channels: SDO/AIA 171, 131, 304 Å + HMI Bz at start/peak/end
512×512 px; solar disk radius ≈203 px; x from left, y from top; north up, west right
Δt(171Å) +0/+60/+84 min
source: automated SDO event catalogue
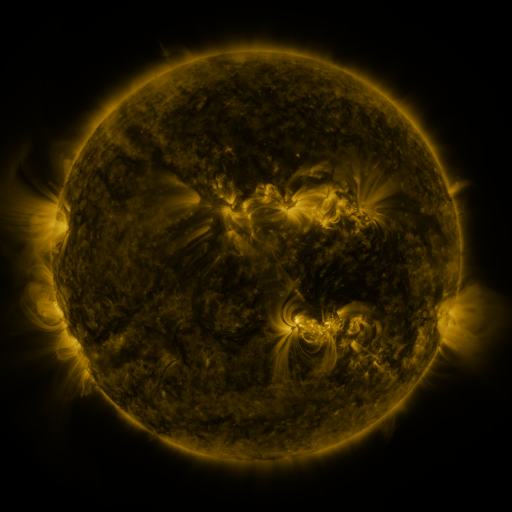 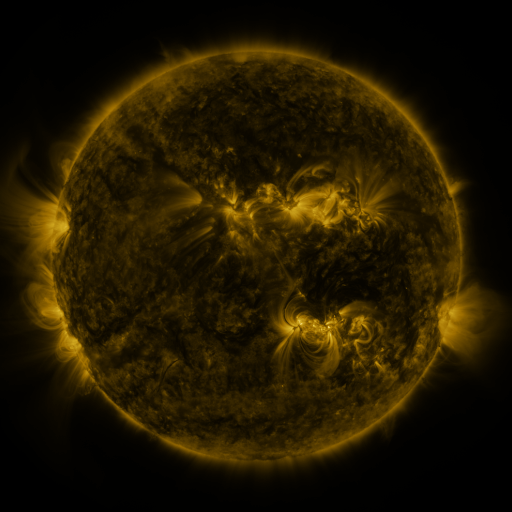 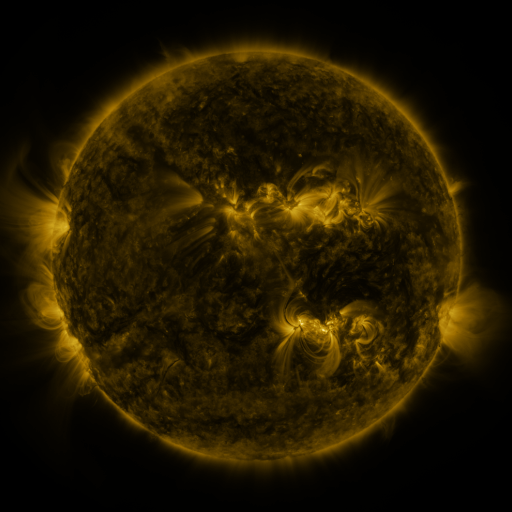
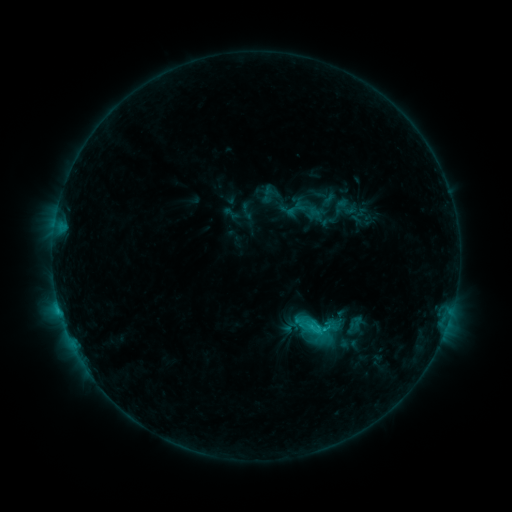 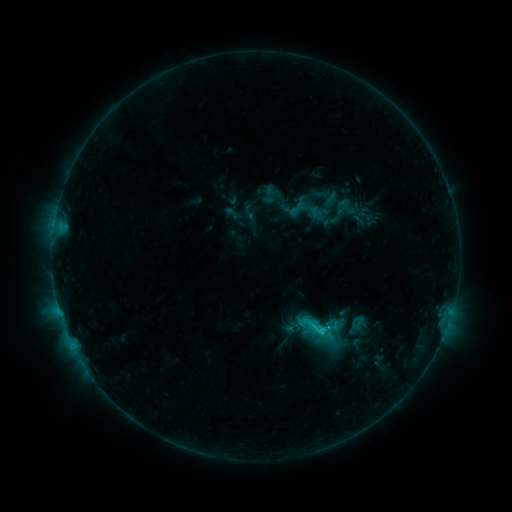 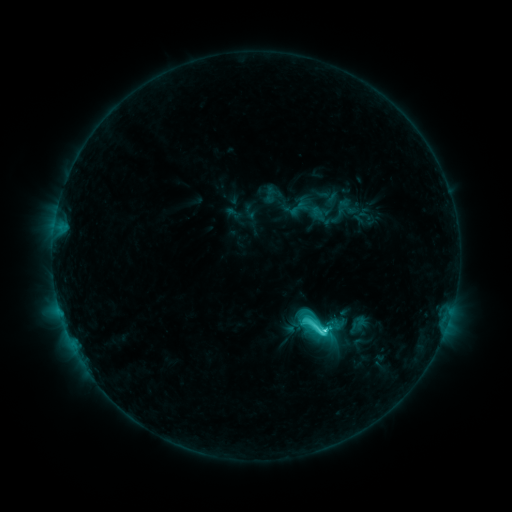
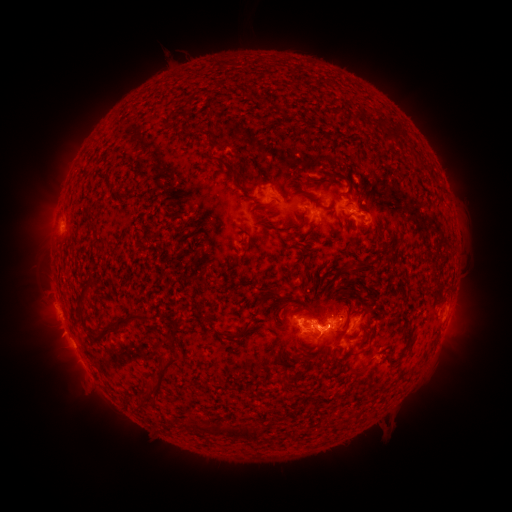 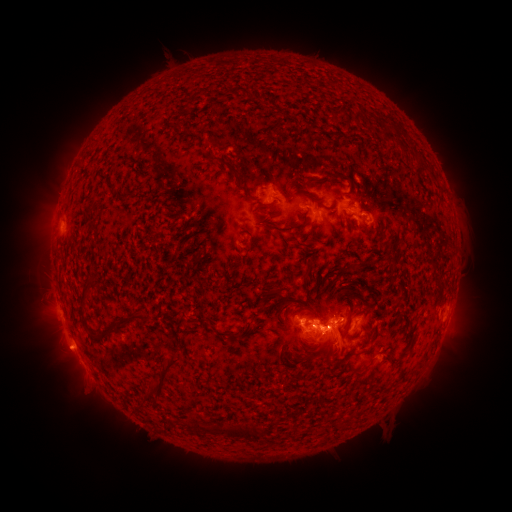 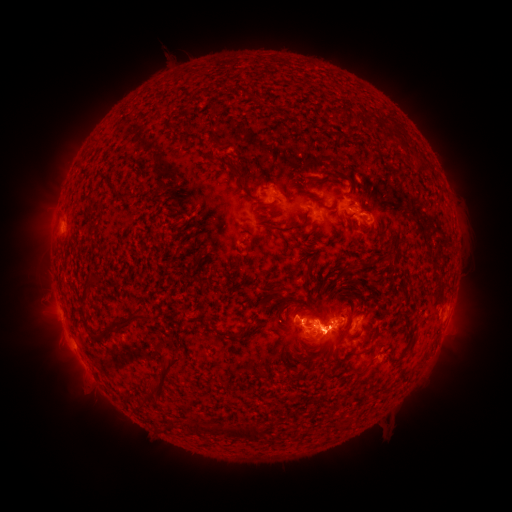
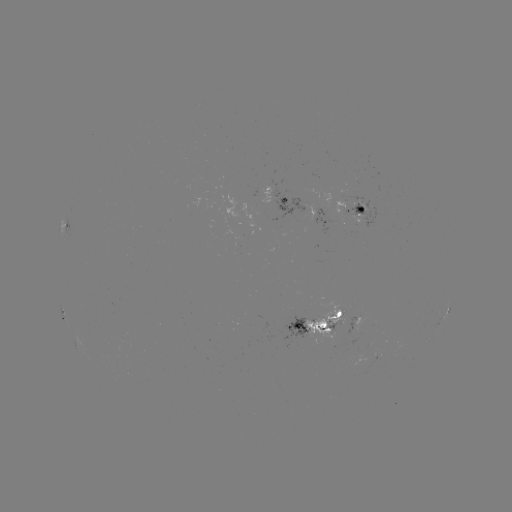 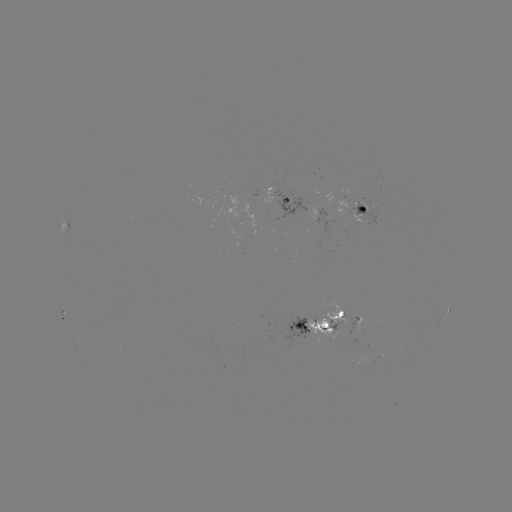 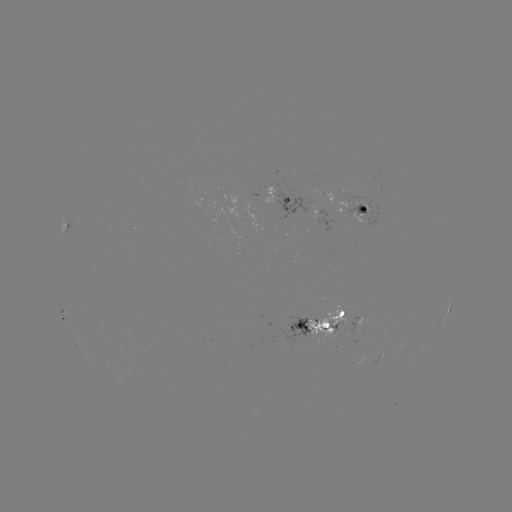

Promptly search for emerging-flux region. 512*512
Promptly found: (354, 326).